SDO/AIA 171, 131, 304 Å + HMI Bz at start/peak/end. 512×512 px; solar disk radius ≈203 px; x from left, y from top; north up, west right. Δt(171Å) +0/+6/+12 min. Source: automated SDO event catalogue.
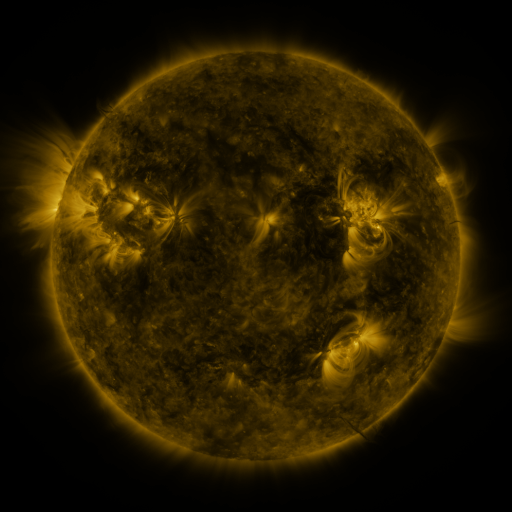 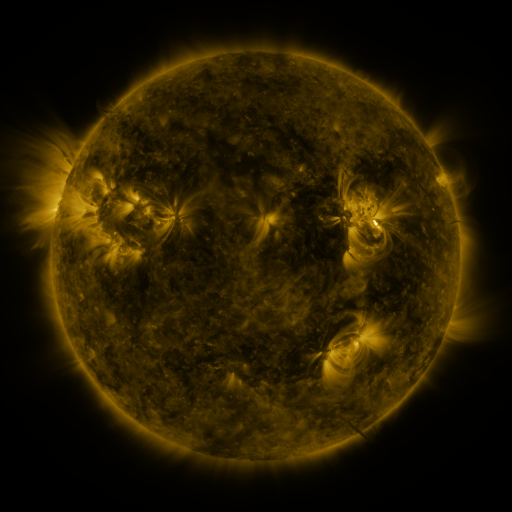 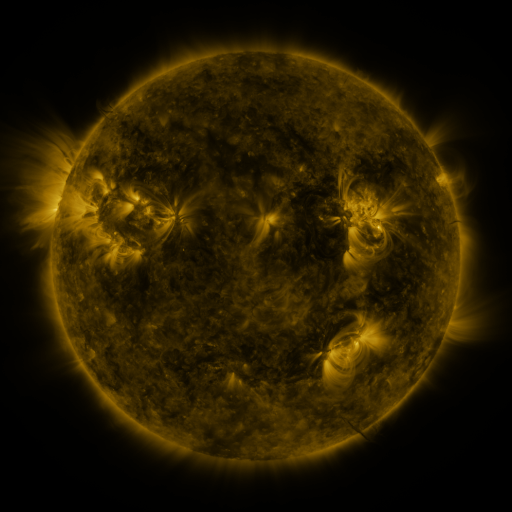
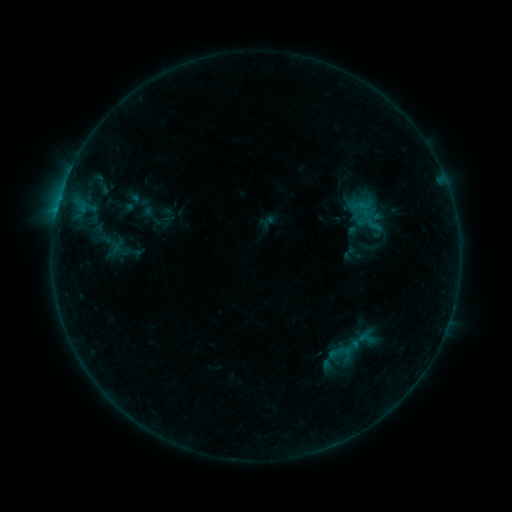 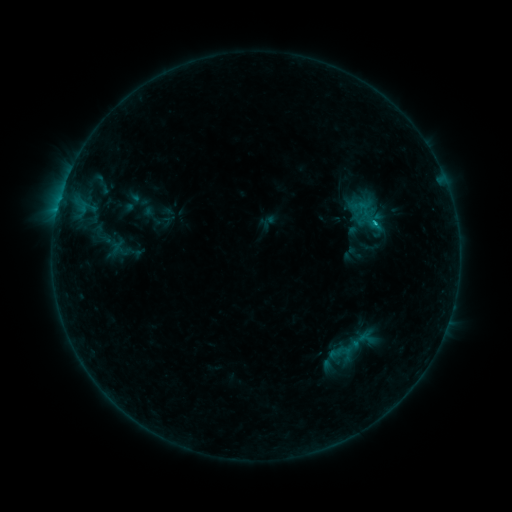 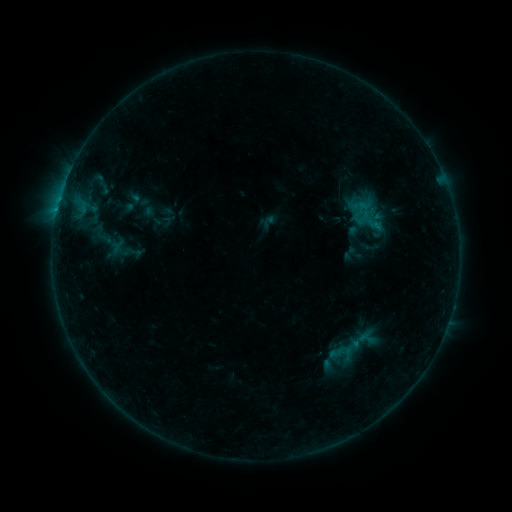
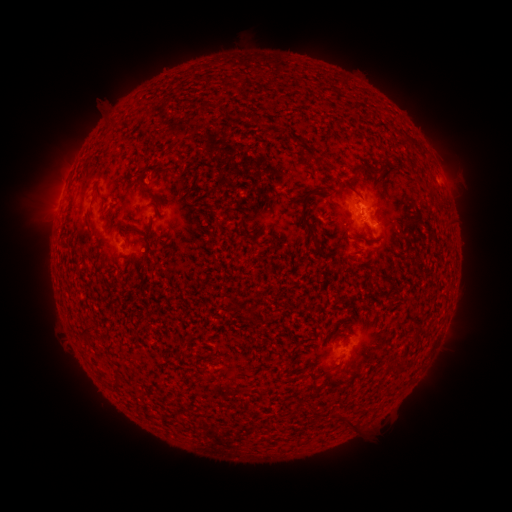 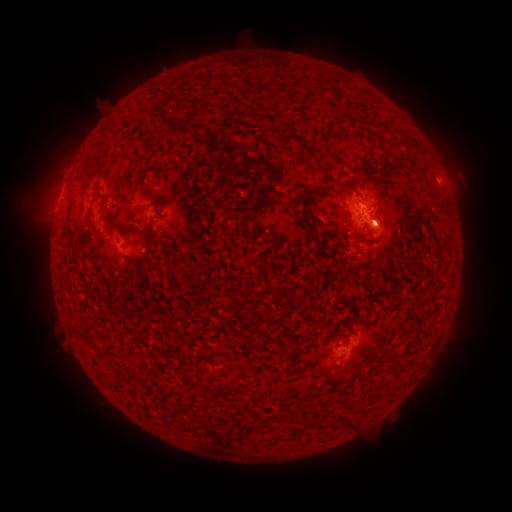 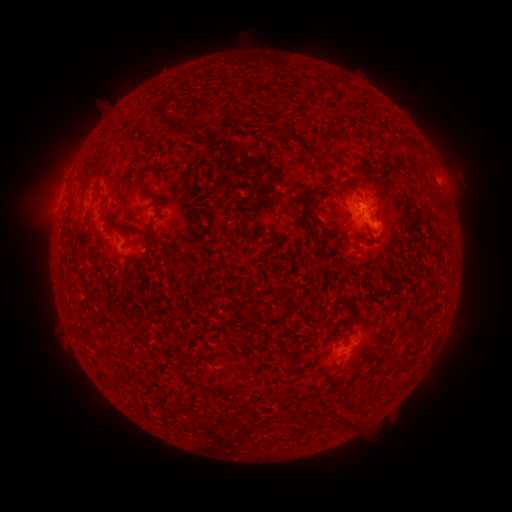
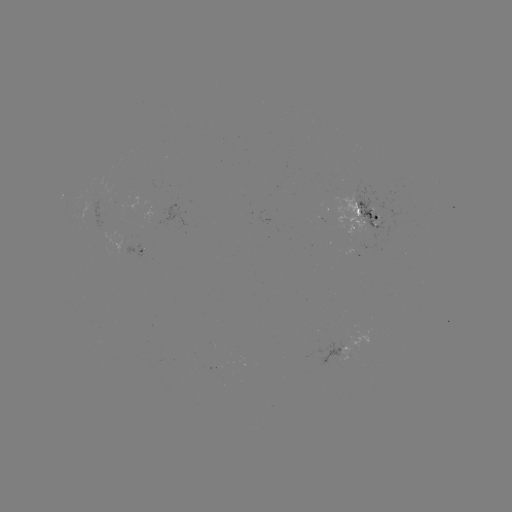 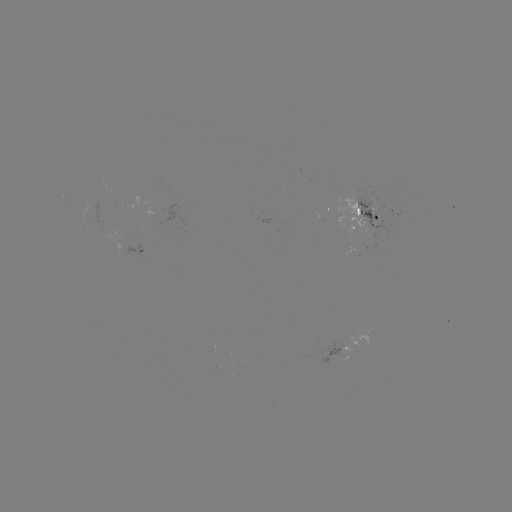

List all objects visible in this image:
B4.1 flare: (375, 226)
